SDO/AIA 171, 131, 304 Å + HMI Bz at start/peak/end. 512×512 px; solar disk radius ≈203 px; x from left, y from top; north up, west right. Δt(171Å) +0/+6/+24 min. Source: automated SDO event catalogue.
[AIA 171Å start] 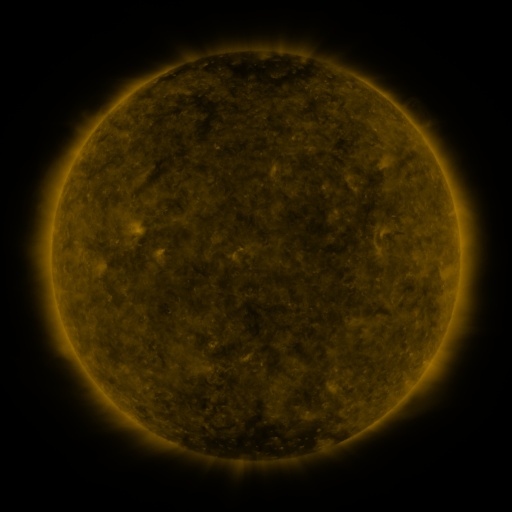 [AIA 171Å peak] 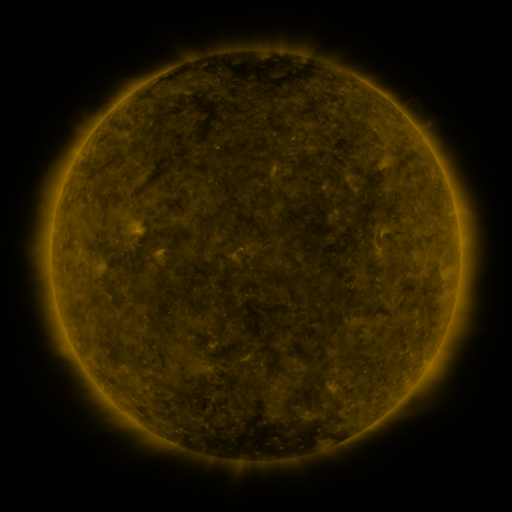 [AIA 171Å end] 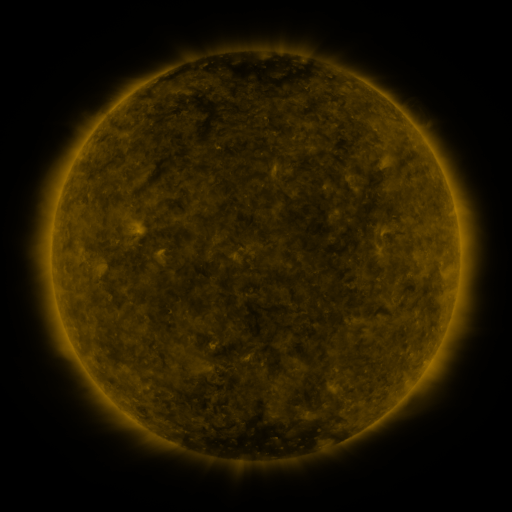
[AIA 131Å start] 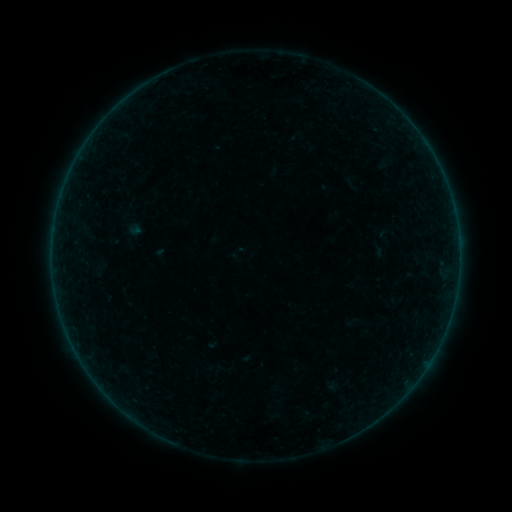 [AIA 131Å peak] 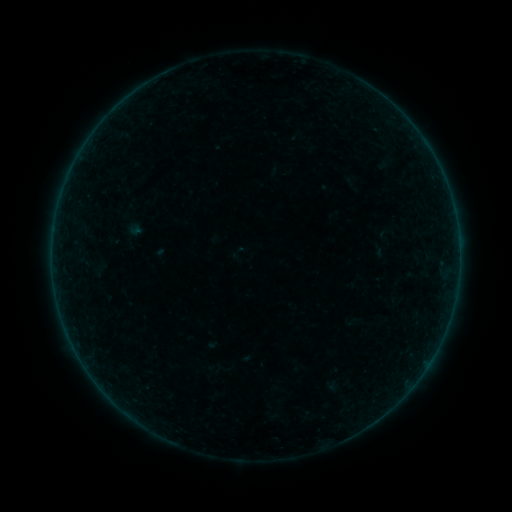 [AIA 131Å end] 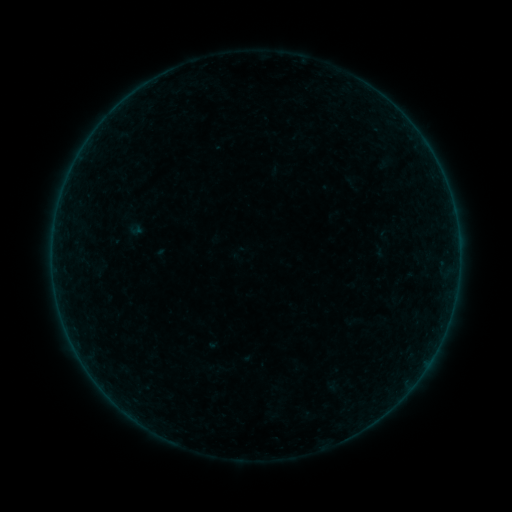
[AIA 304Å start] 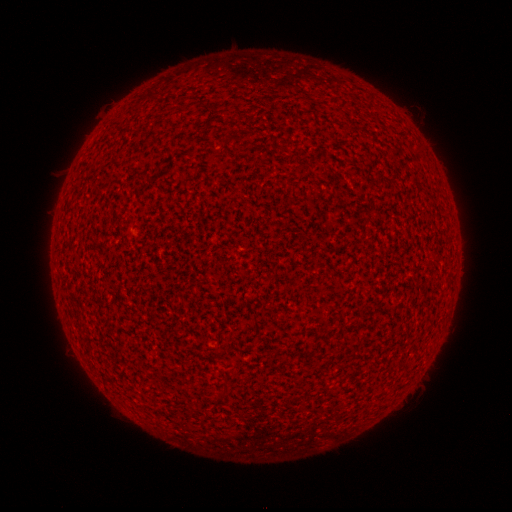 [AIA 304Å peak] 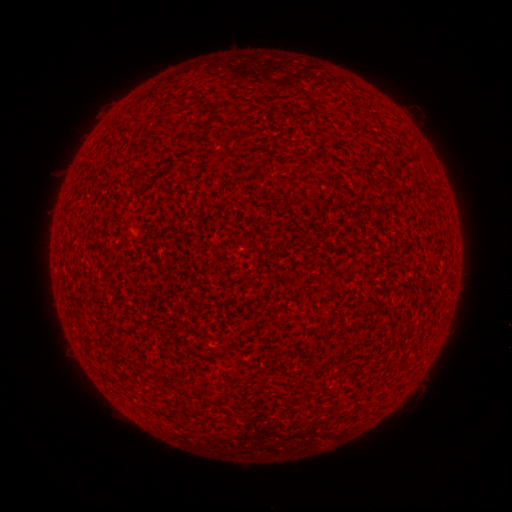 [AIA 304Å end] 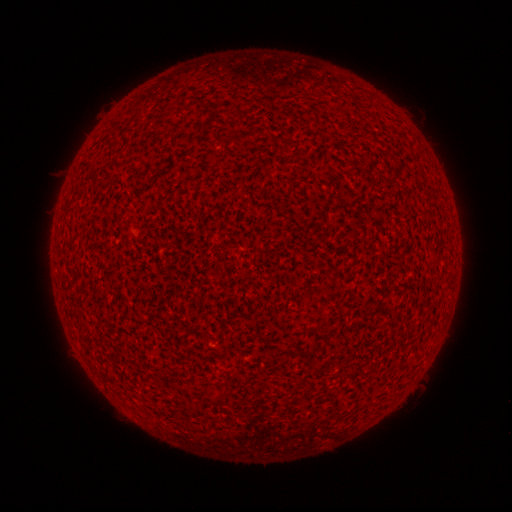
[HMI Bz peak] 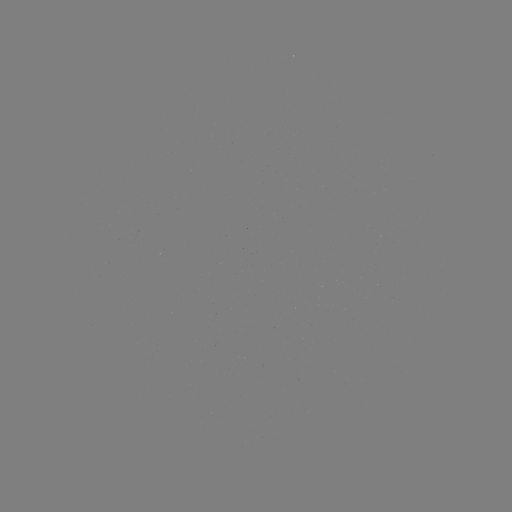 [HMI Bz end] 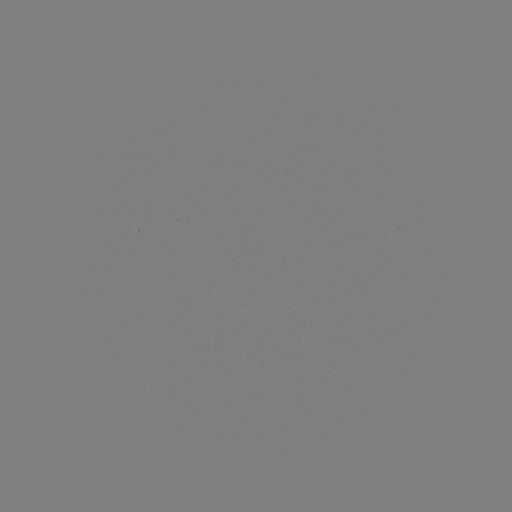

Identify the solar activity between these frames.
A8.2 flare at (52, 256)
